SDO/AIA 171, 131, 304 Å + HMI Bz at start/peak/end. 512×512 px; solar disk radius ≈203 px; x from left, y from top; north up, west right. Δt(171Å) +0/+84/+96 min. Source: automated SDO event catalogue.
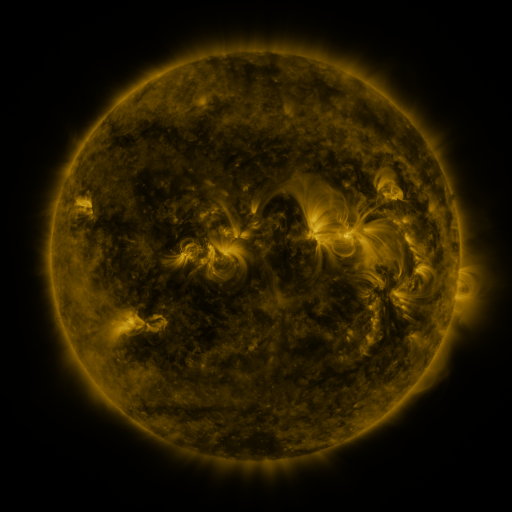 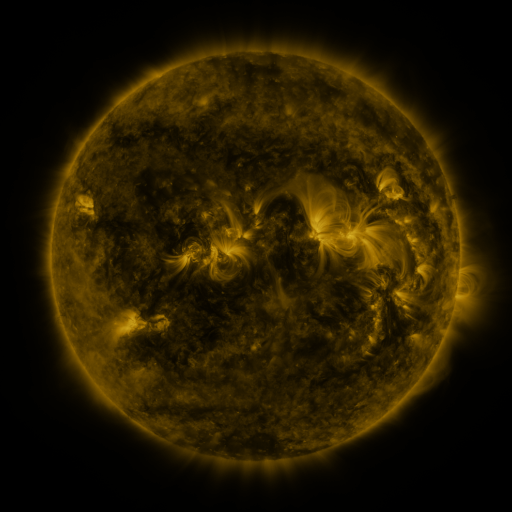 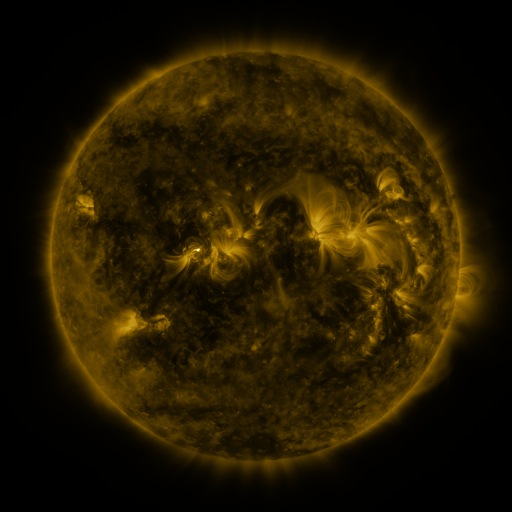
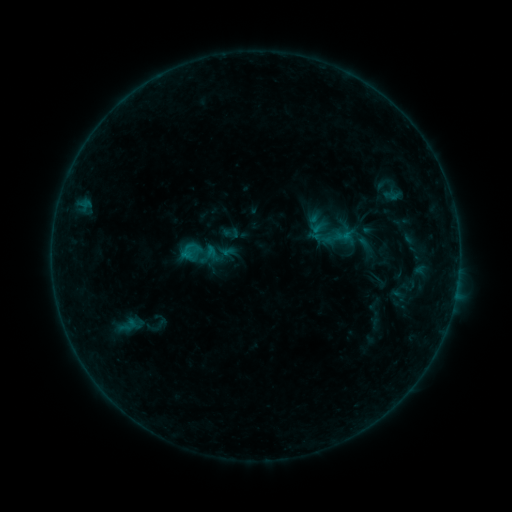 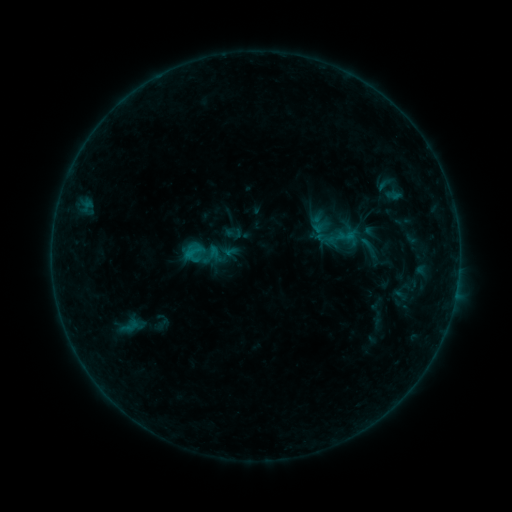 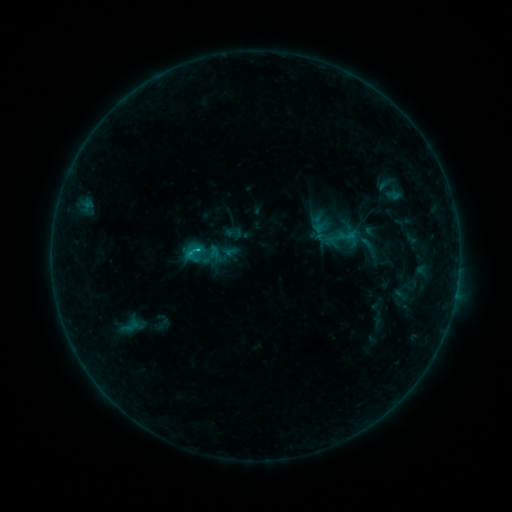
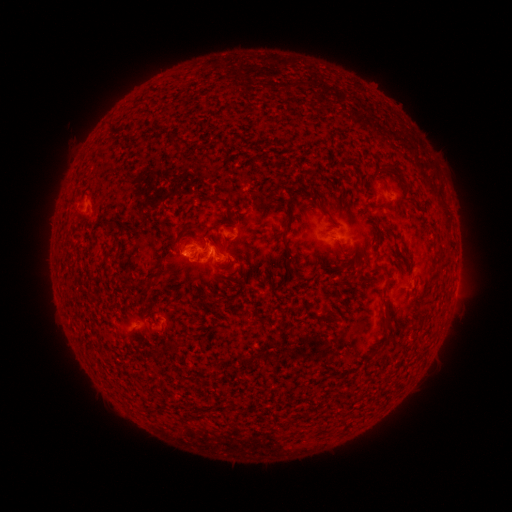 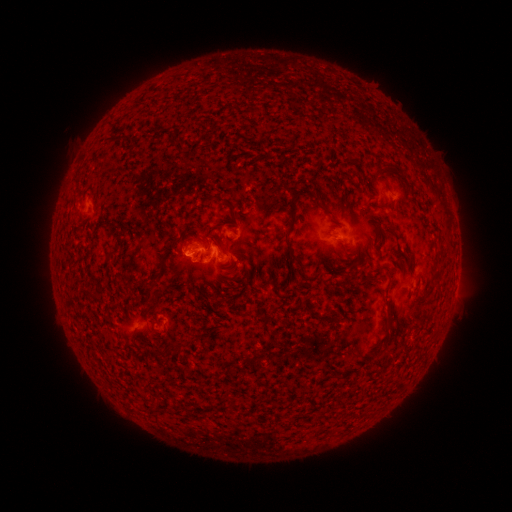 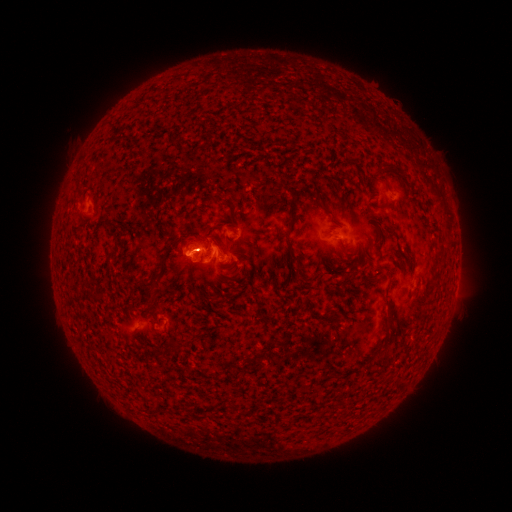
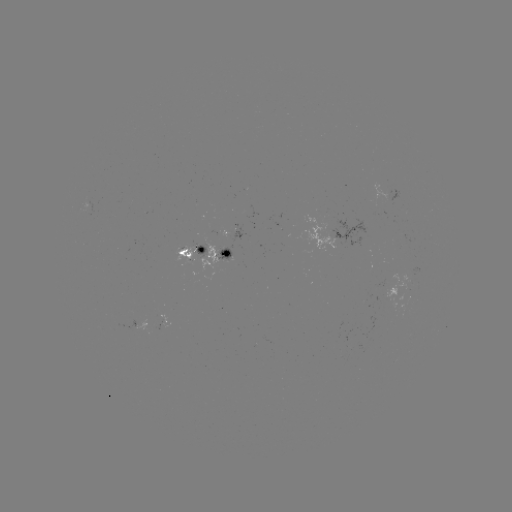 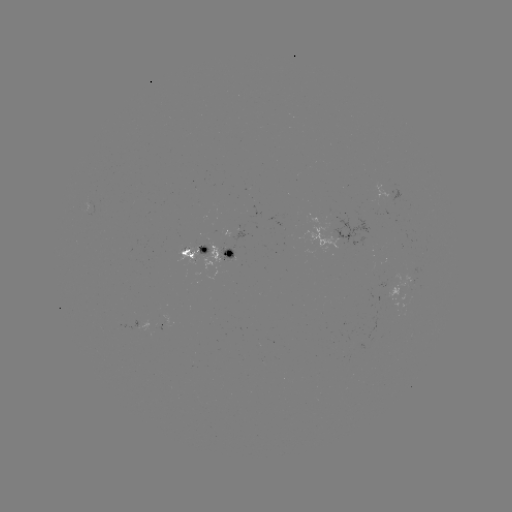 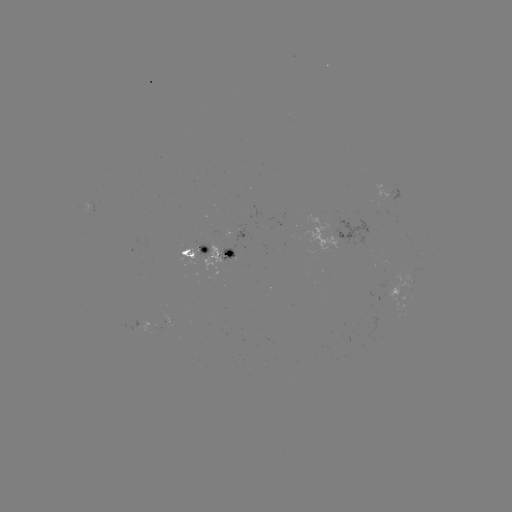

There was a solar emerging-flux region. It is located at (157, 329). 